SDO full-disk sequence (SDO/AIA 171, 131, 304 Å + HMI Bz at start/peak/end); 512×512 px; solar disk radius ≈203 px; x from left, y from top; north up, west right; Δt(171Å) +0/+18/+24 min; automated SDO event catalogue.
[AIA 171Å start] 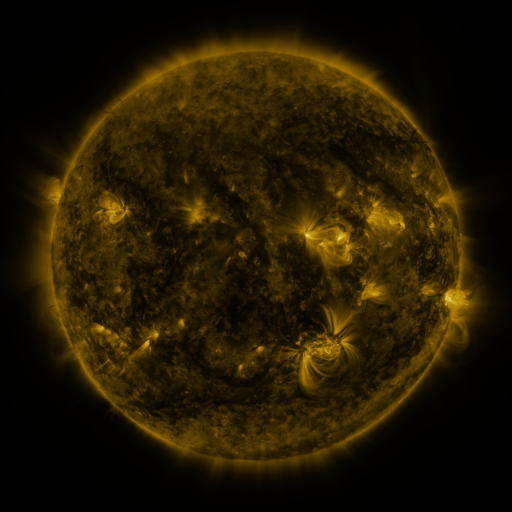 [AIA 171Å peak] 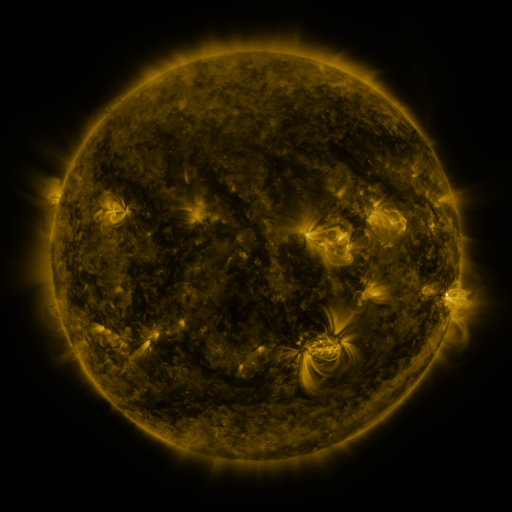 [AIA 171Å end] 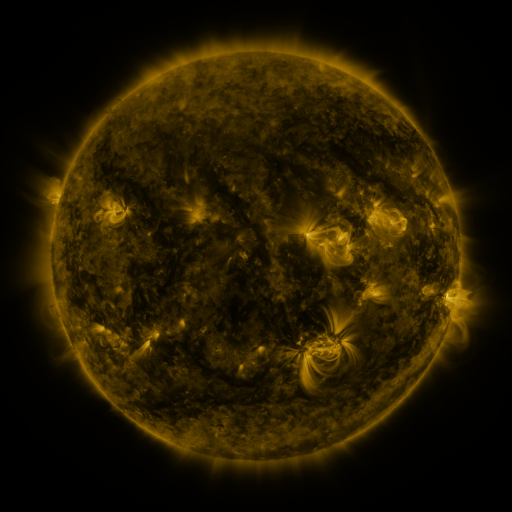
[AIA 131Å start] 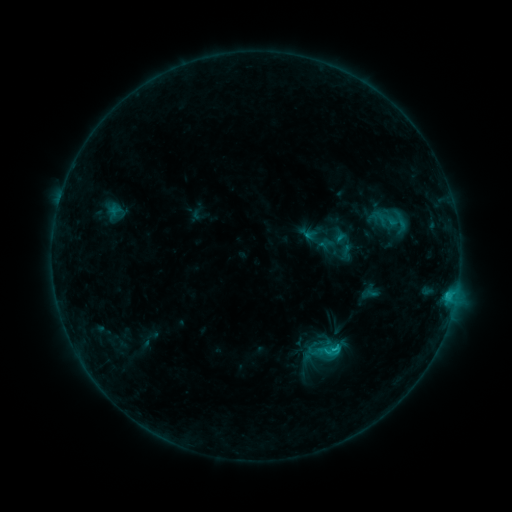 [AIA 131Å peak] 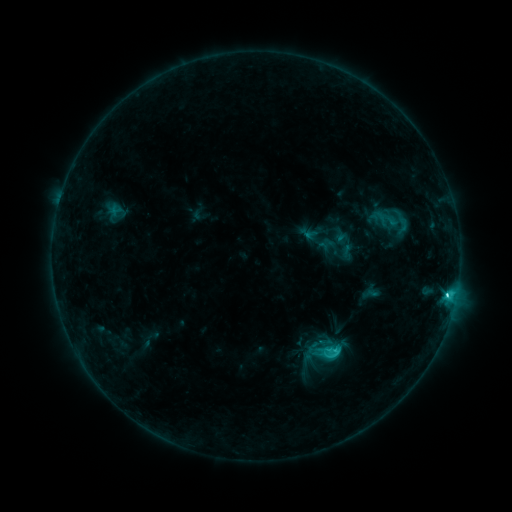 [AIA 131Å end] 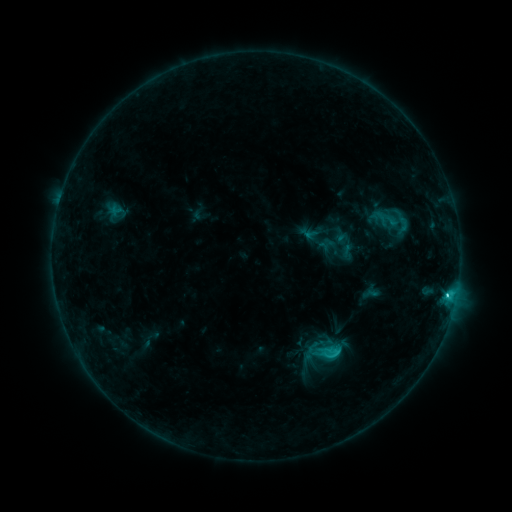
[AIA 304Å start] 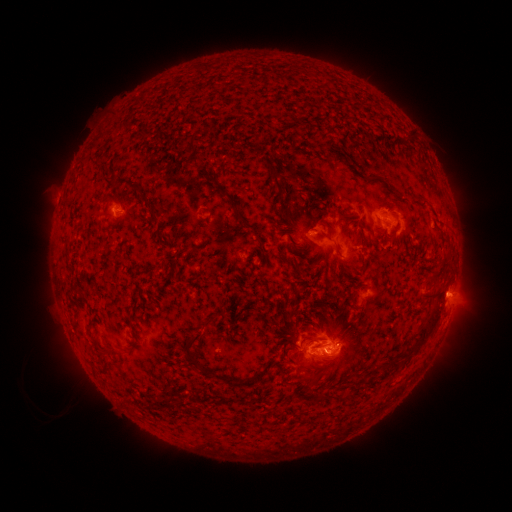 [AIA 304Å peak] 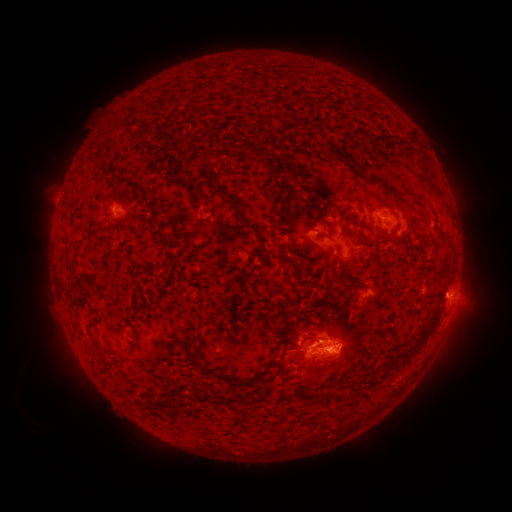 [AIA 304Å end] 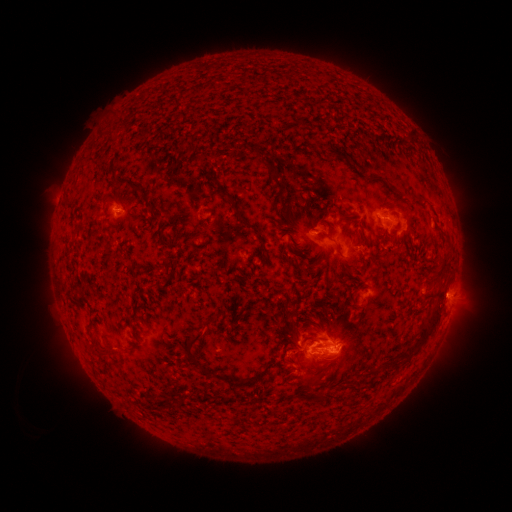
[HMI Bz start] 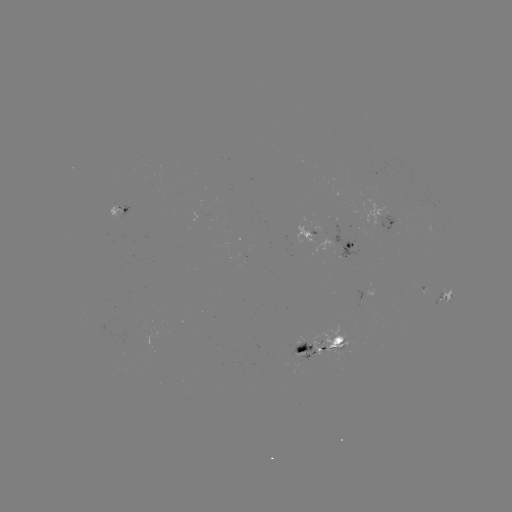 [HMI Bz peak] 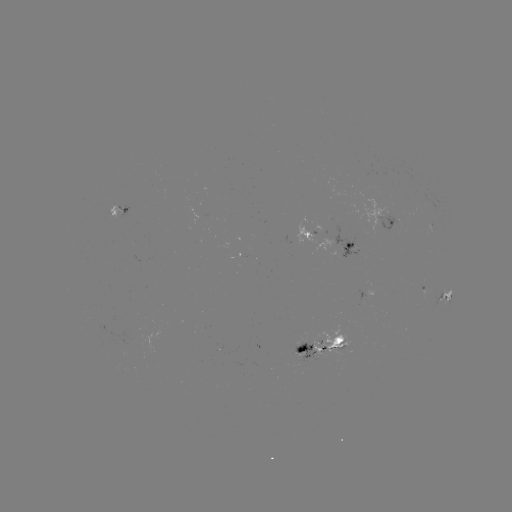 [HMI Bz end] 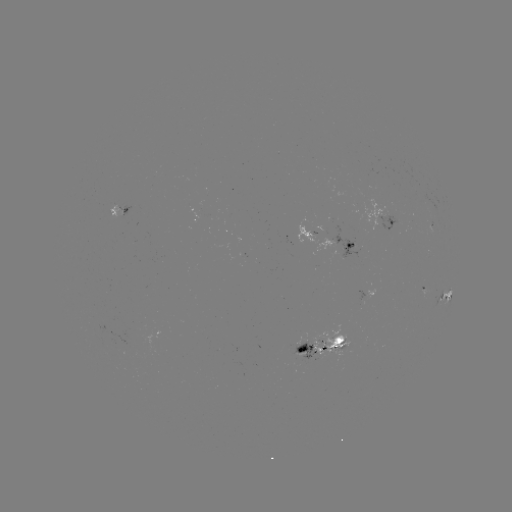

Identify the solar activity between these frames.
C3.7 flare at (447, 295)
